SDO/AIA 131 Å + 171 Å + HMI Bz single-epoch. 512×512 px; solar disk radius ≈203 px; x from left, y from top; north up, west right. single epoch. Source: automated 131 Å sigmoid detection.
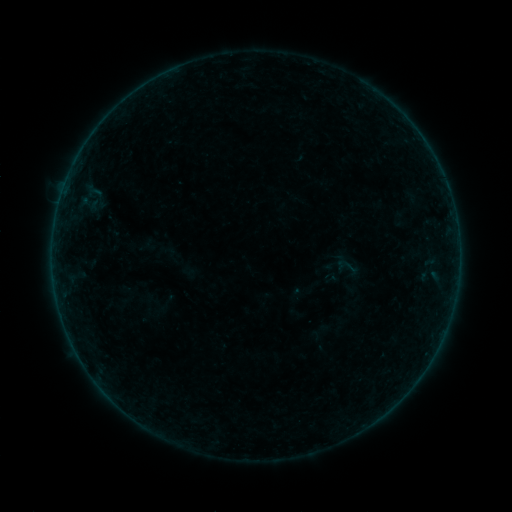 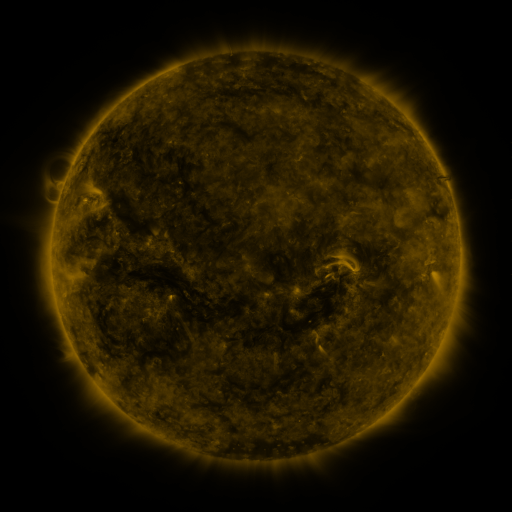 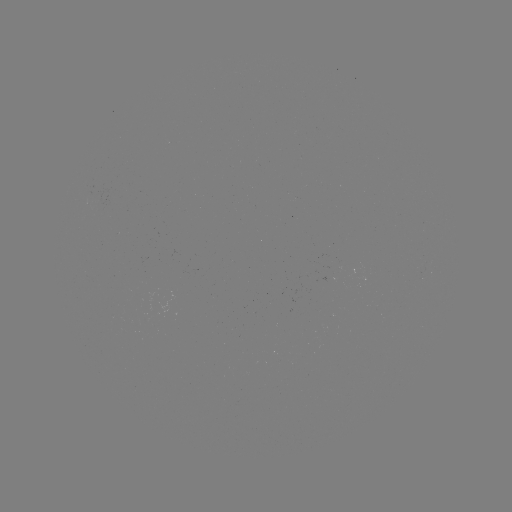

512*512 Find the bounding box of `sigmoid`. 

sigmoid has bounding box [335, 254, 359, 279].